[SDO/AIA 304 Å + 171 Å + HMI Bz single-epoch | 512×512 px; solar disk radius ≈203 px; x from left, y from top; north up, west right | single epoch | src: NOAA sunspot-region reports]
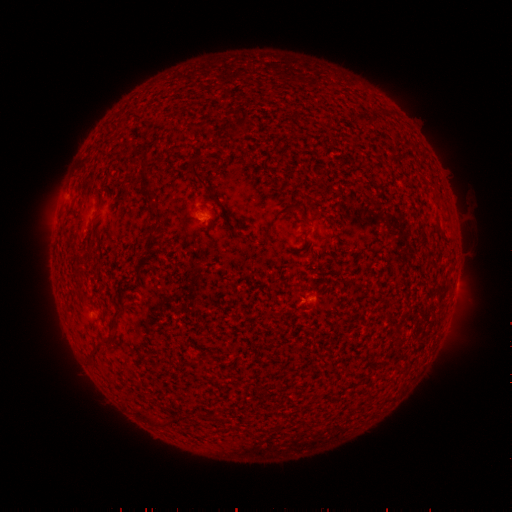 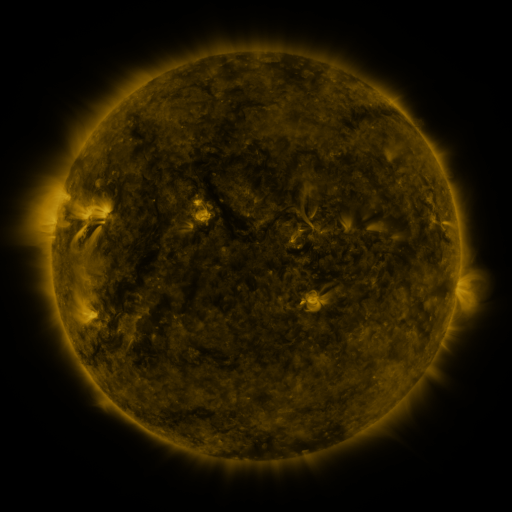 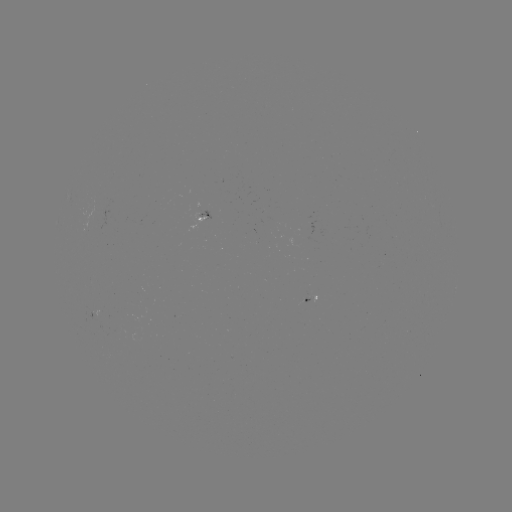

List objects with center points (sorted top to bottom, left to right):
spotted active region: (204, 216)
spotted active region: (456, 285)
spotted active region: (308, 297)
